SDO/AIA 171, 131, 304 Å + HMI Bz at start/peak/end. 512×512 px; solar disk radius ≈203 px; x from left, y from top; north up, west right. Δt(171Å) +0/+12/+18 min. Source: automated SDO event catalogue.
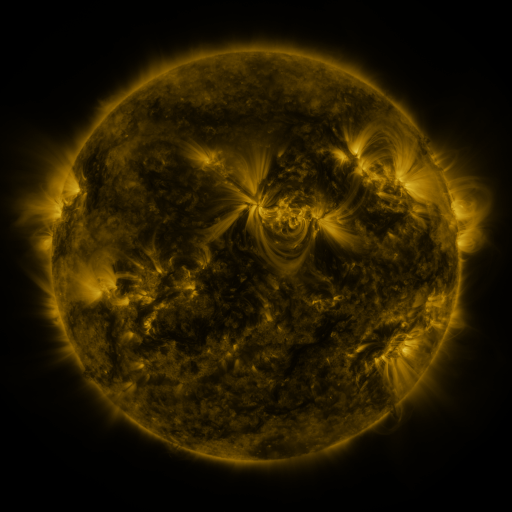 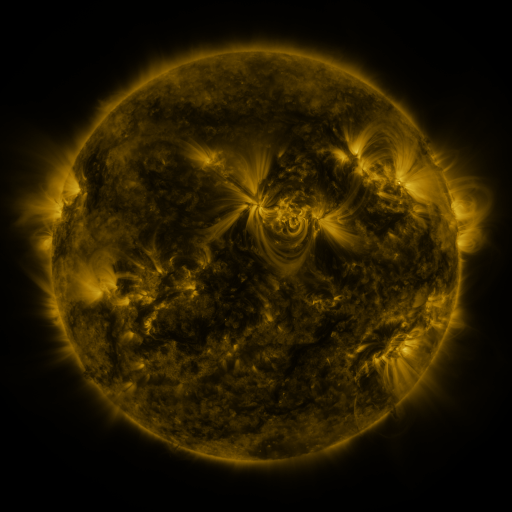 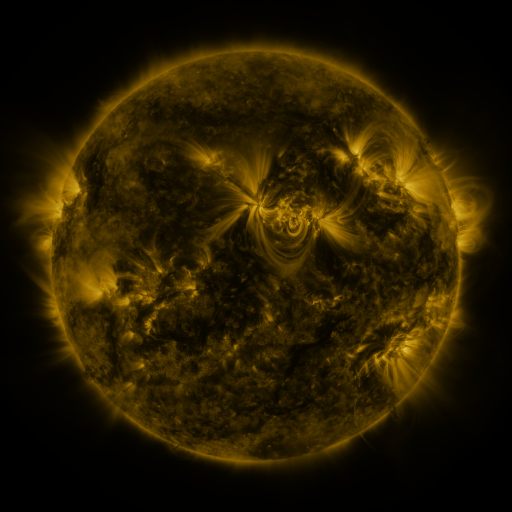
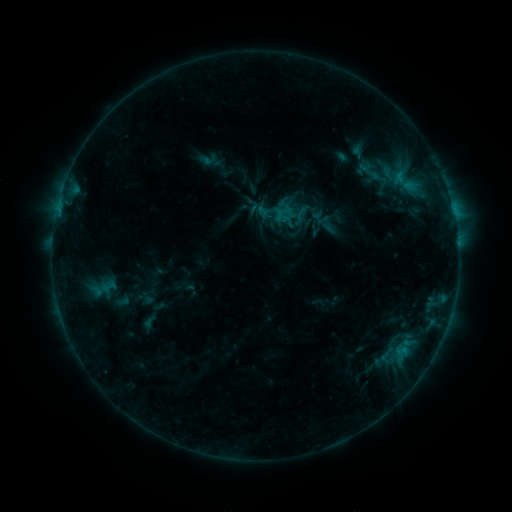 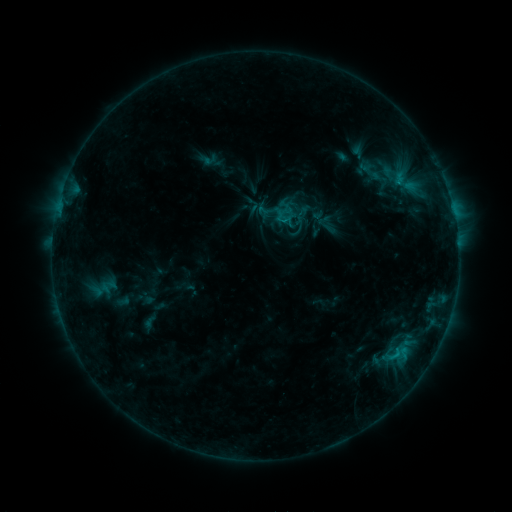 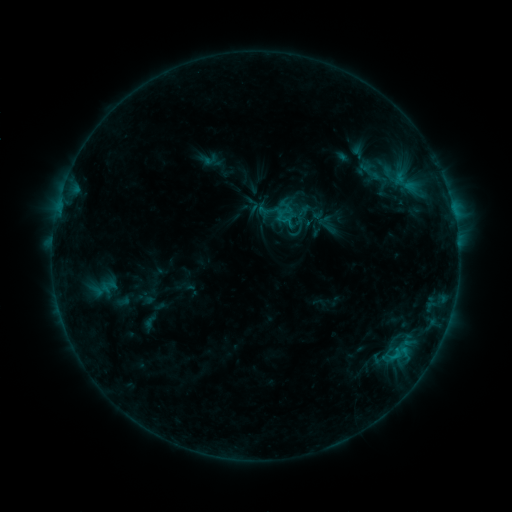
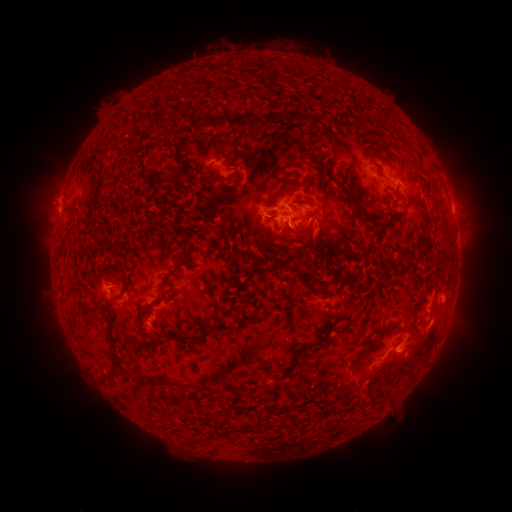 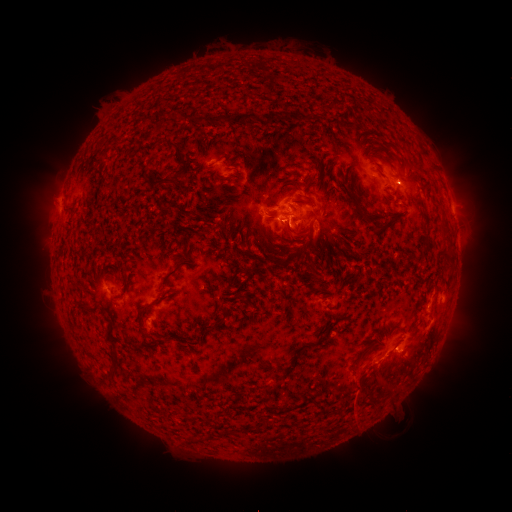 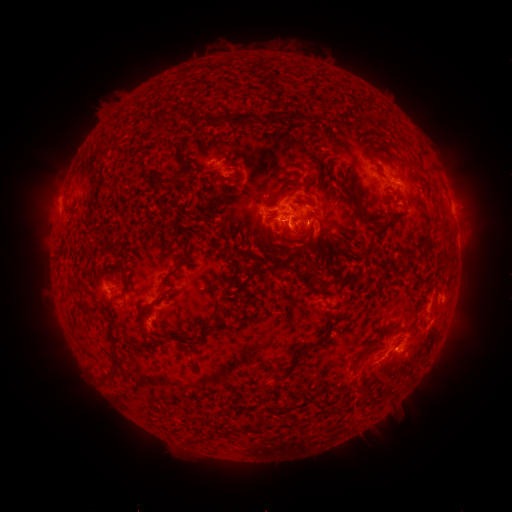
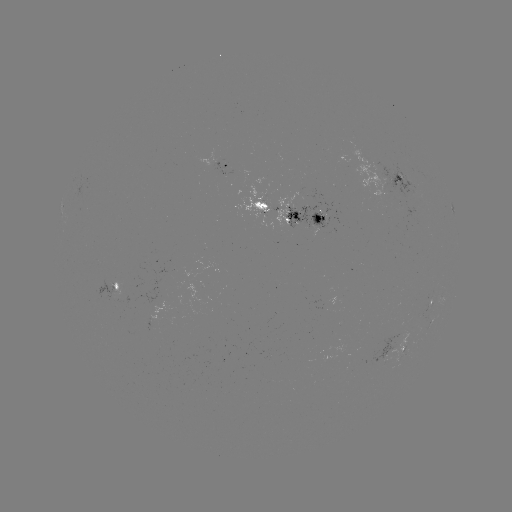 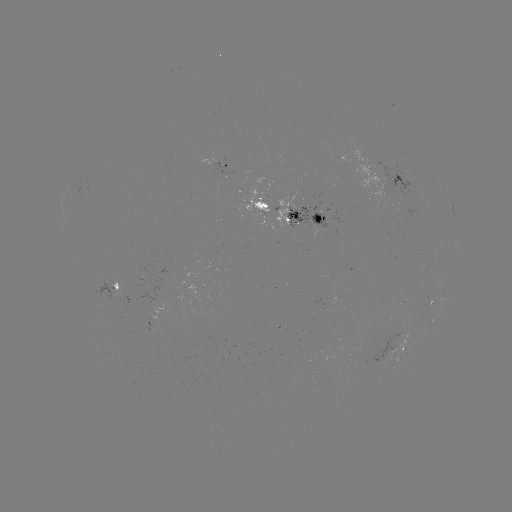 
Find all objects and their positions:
C1.0 flare: (395, 355)
